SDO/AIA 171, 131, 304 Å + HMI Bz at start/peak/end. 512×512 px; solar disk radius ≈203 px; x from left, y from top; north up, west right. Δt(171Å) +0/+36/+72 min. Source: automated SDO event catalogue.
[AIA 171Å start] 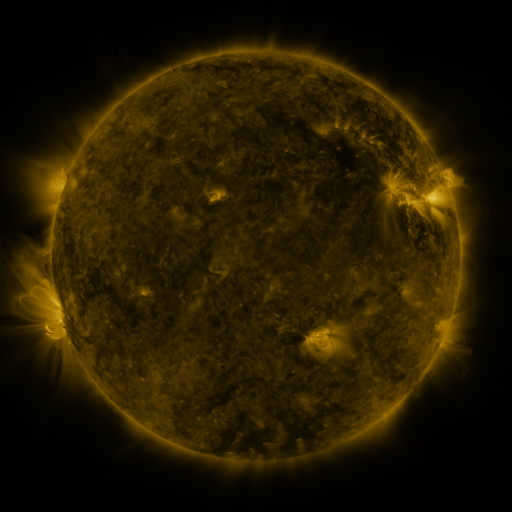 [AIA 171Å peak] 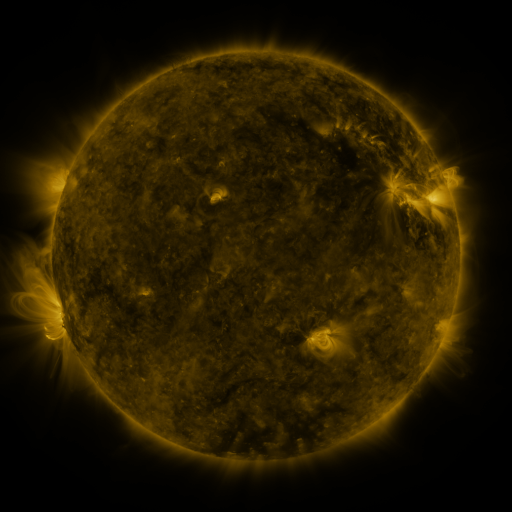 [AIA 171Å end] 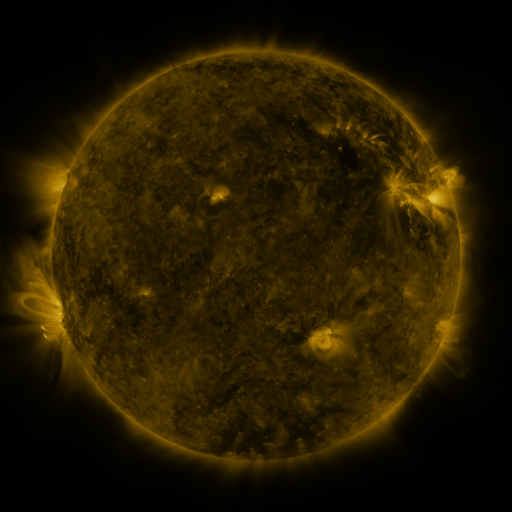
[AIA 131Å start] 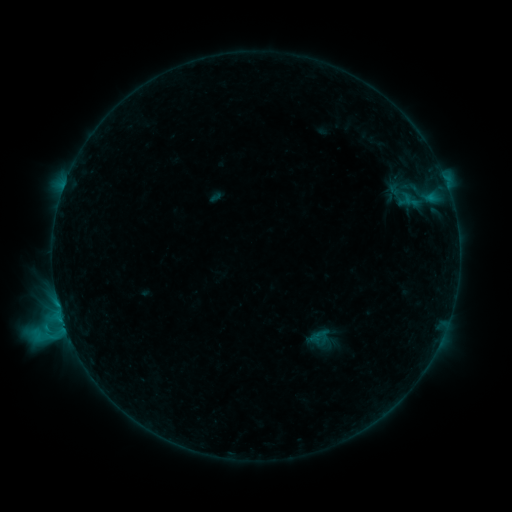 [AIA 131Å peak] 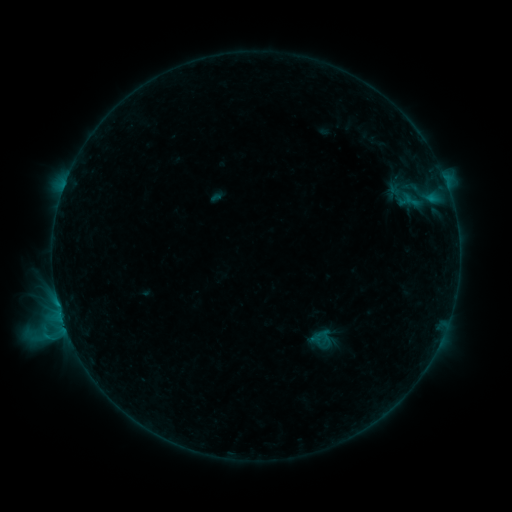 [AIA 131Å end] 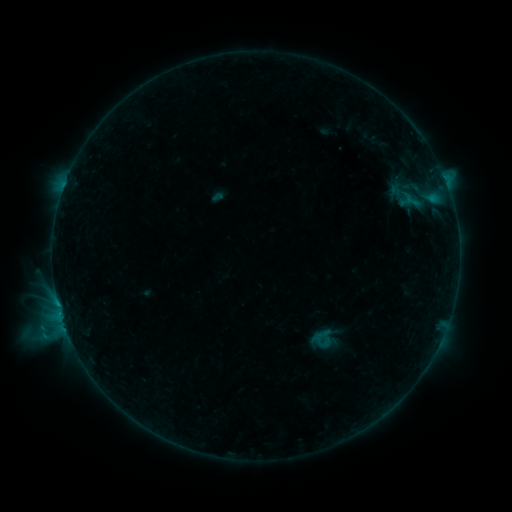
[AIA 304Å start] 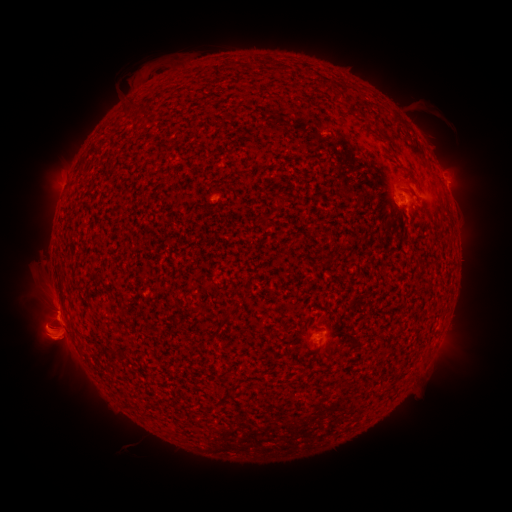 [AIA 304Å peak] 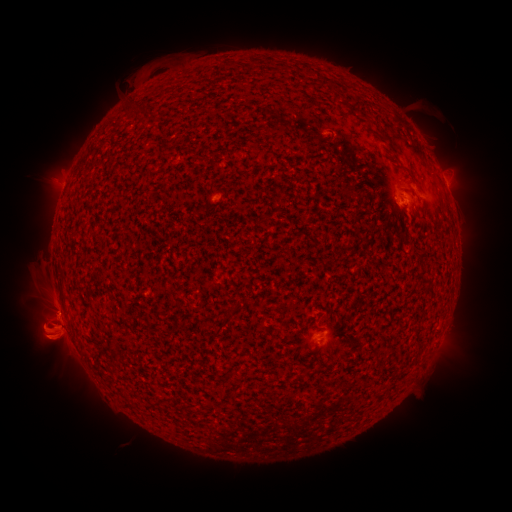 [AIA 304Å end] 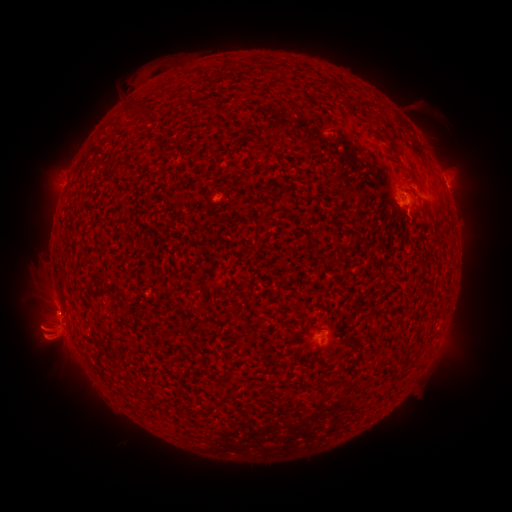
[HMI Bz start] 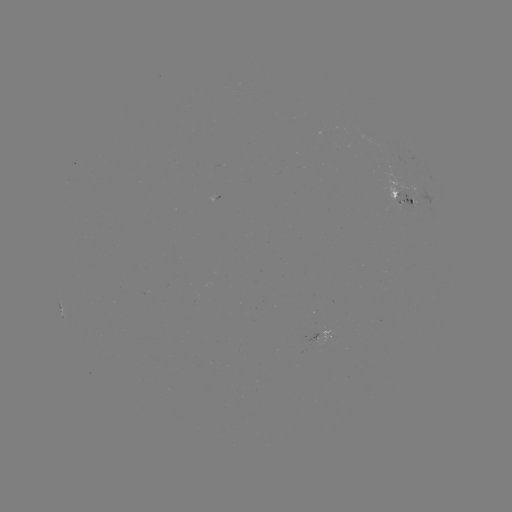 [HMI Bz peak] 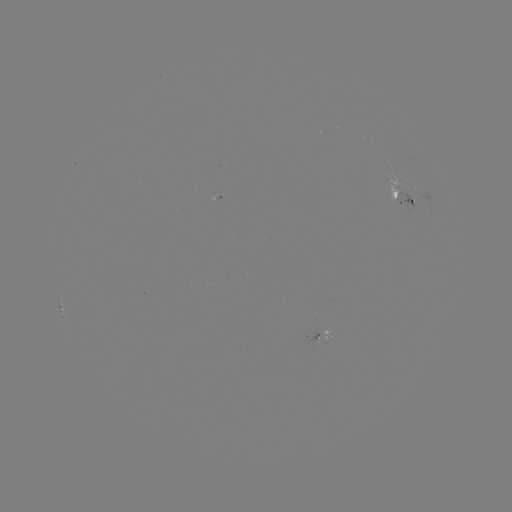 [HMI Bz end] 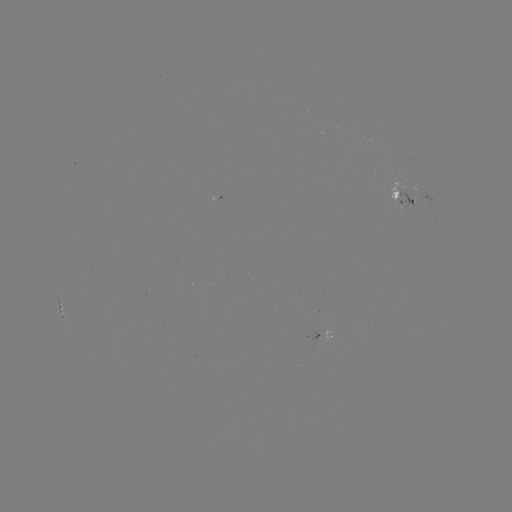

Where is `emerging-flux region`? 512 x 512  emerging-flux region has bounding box [395, 179, 405, 189].